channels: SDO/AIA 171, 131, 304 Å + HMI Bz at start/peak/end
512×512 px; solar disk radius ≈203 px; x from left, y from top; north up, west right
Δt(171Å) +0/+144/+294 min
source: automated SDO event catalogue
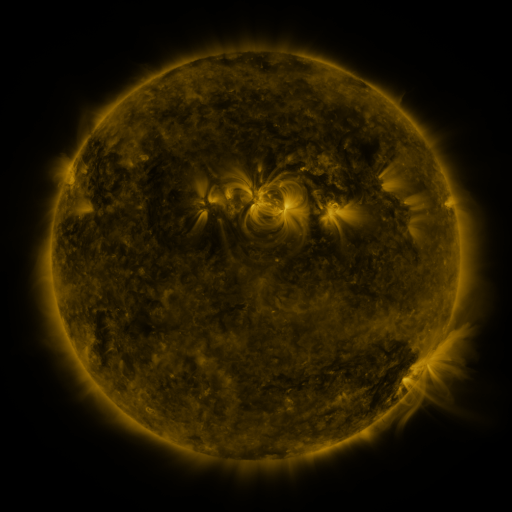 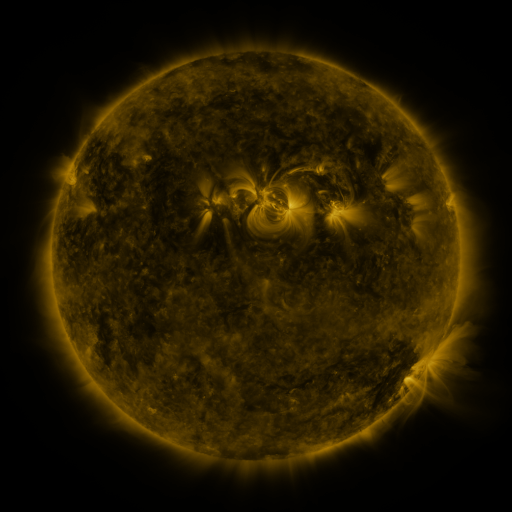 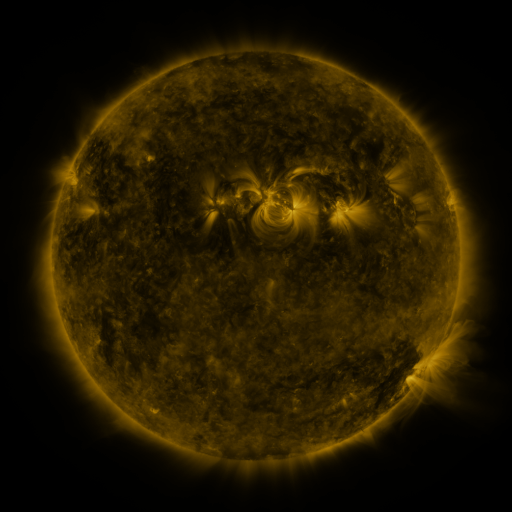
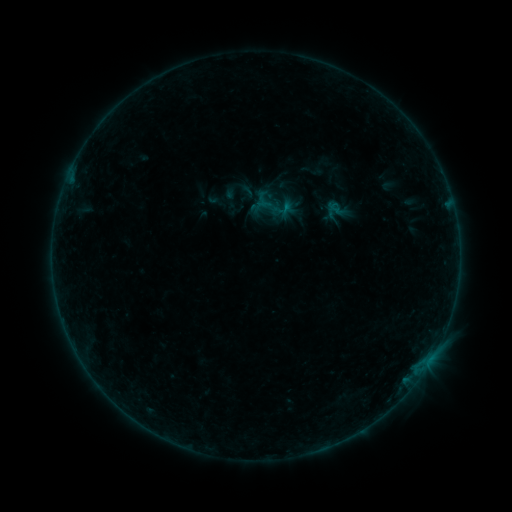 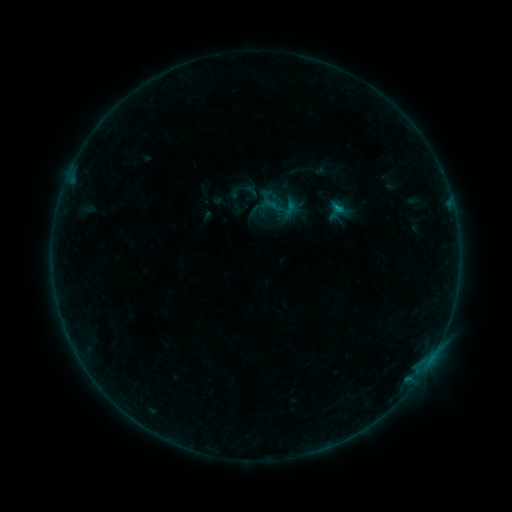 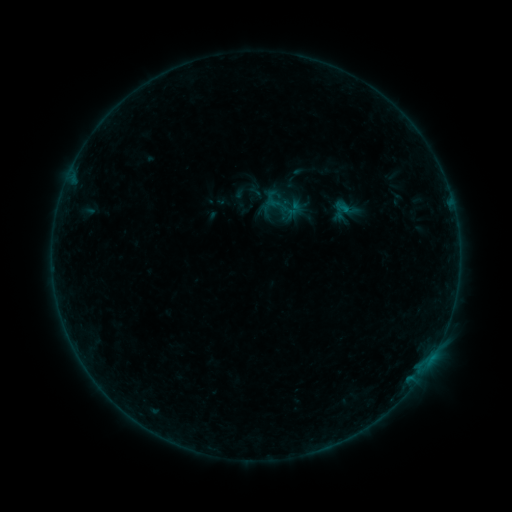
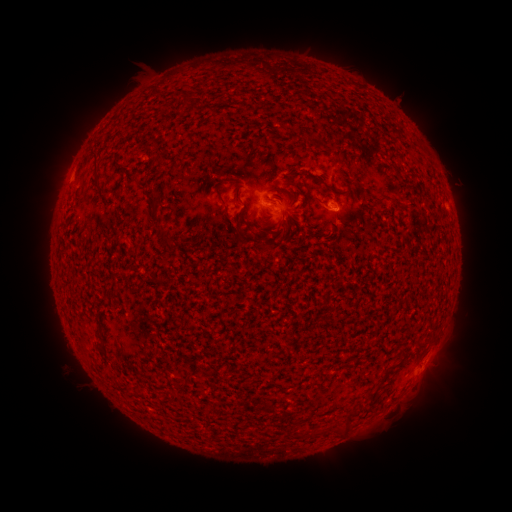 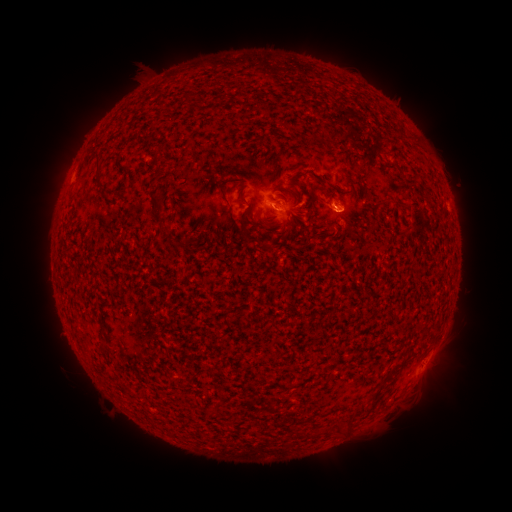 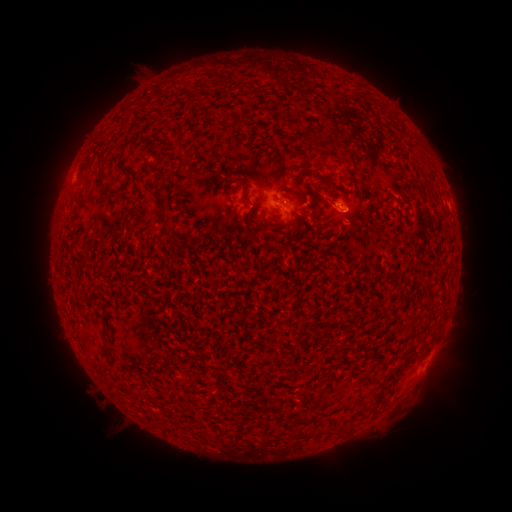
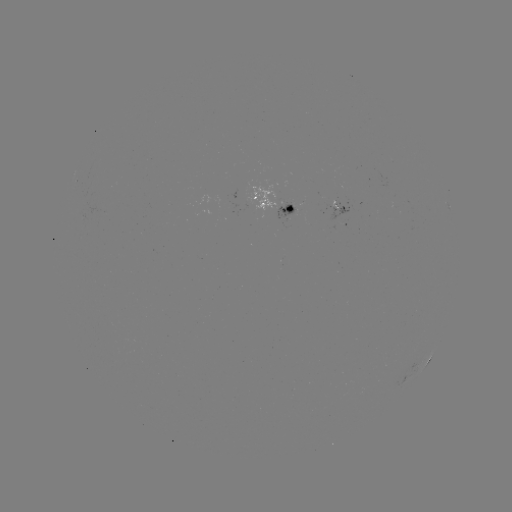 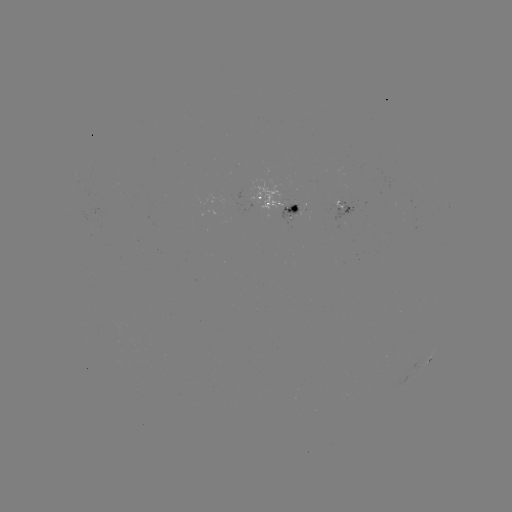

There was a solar filament eruption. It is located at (403, 208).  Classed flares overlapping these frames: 2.